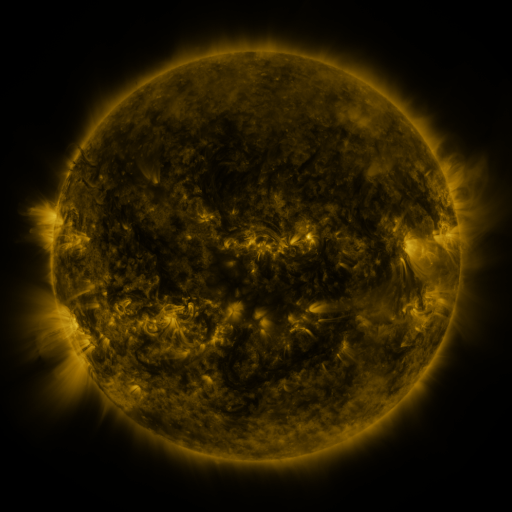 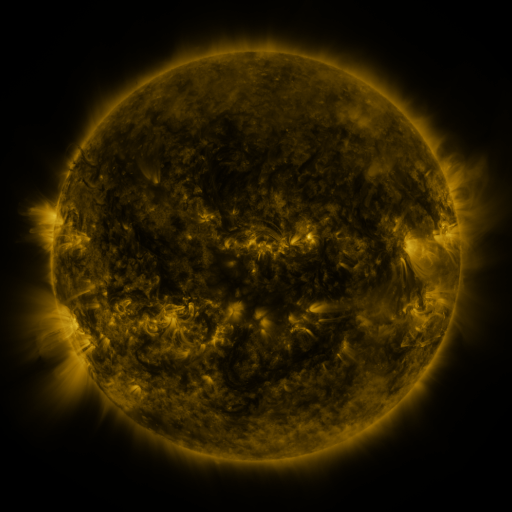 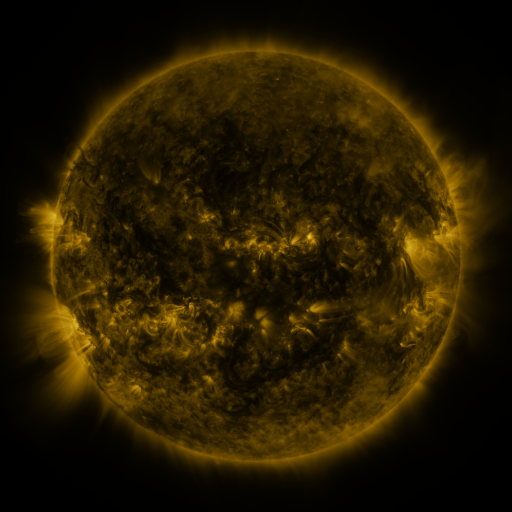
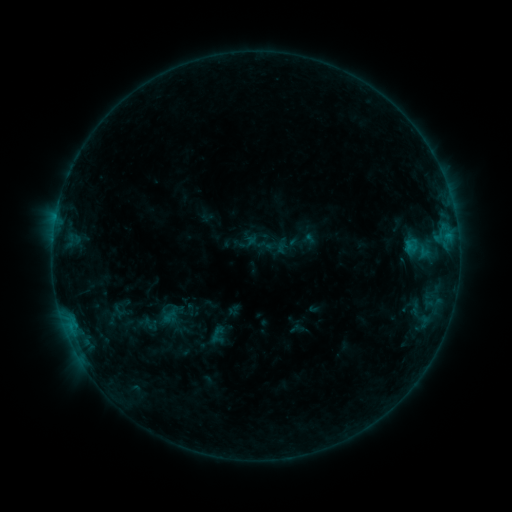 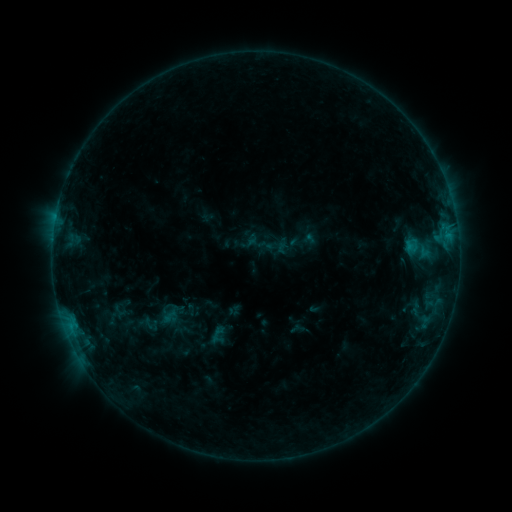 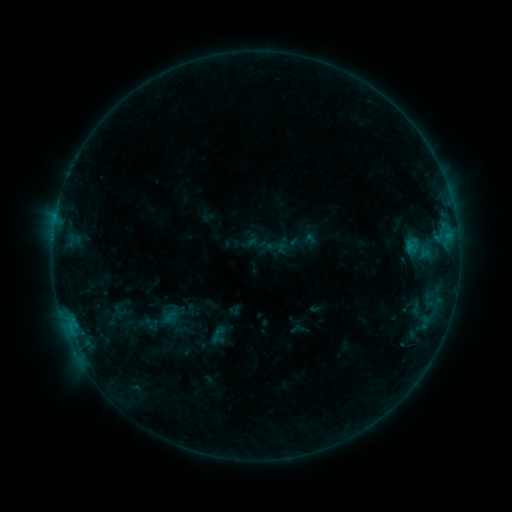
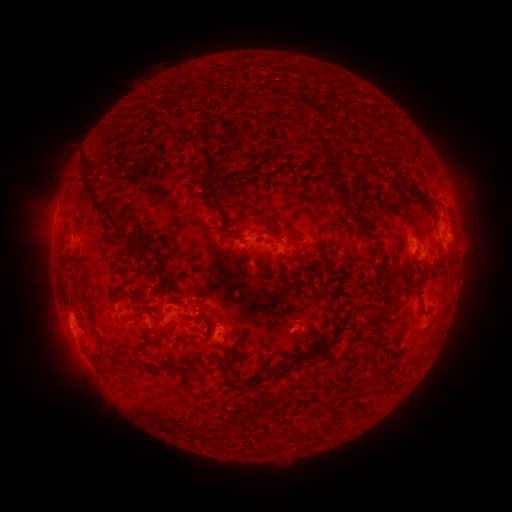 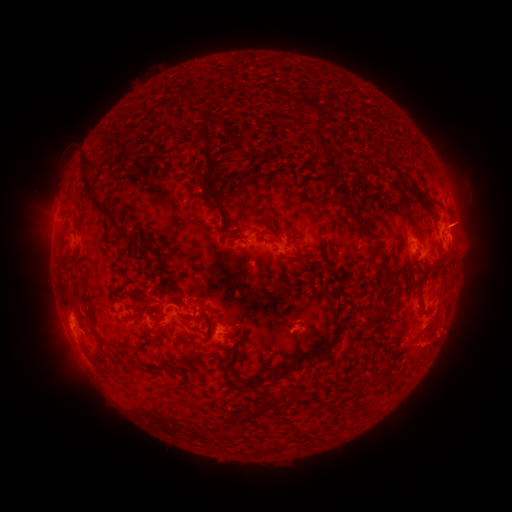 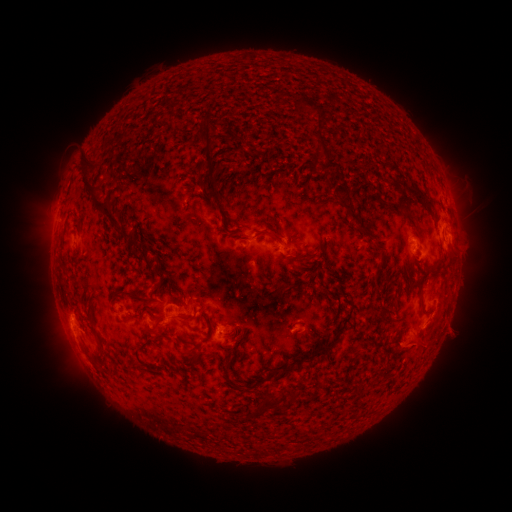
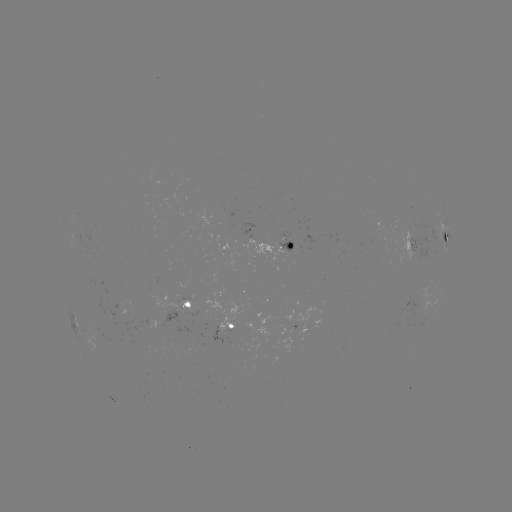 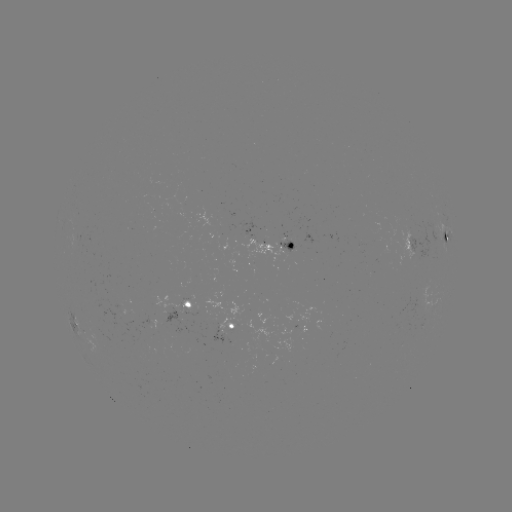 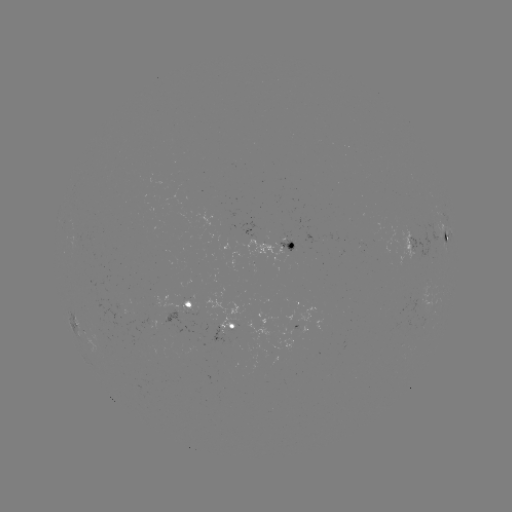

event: eruption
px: (446, 334)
